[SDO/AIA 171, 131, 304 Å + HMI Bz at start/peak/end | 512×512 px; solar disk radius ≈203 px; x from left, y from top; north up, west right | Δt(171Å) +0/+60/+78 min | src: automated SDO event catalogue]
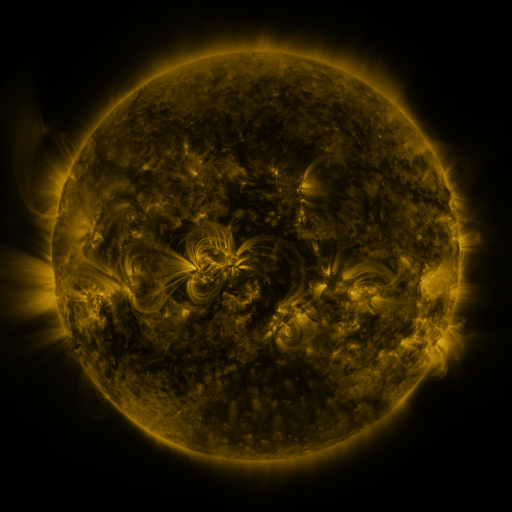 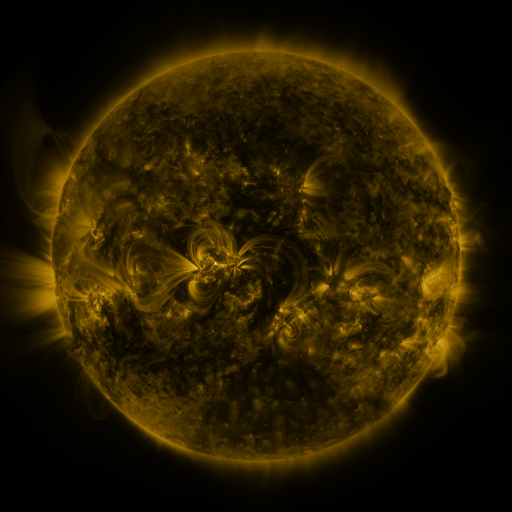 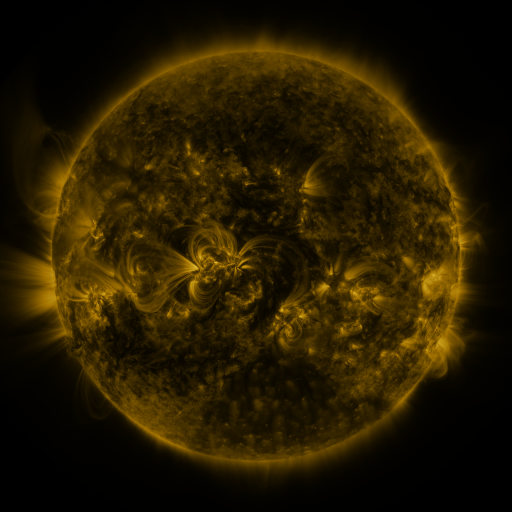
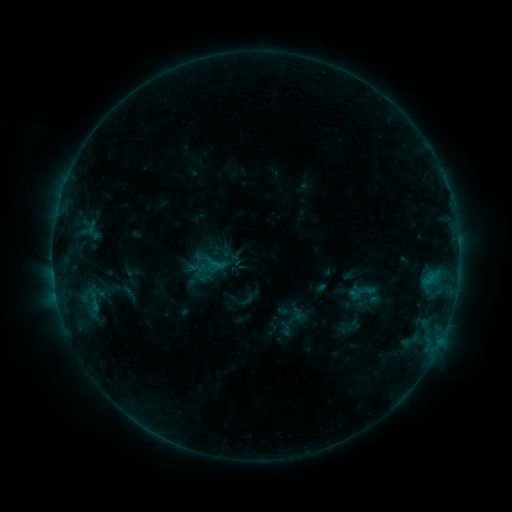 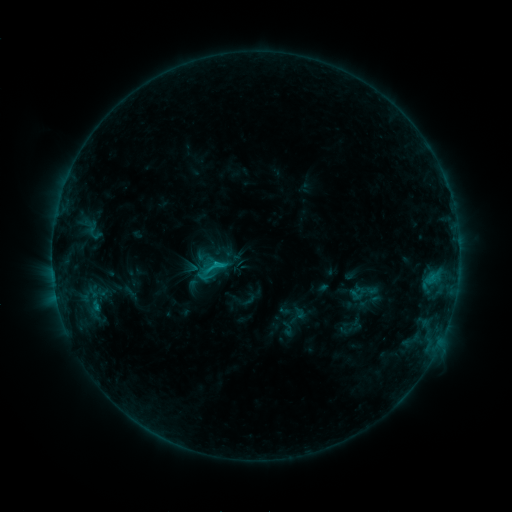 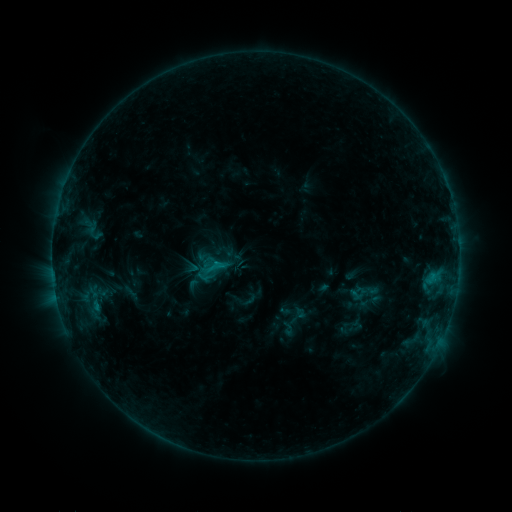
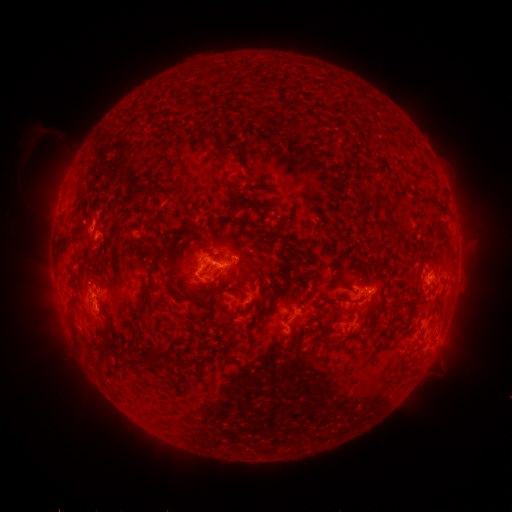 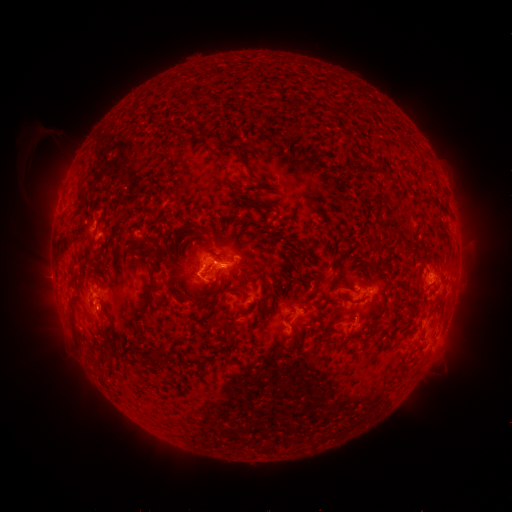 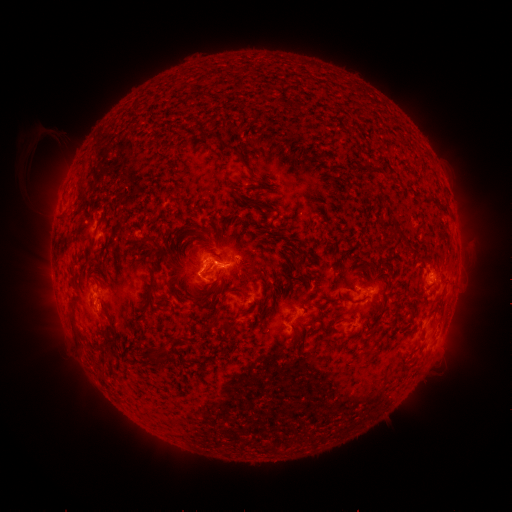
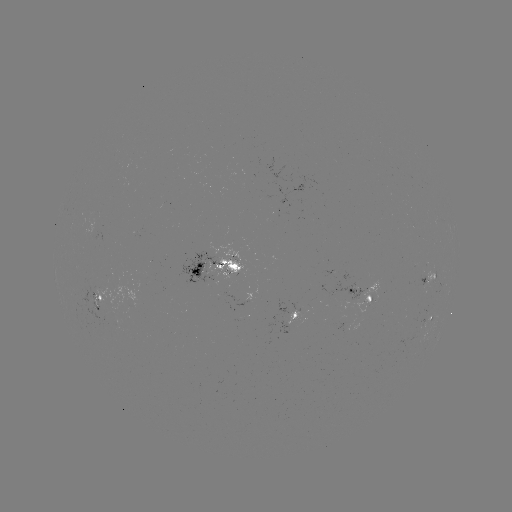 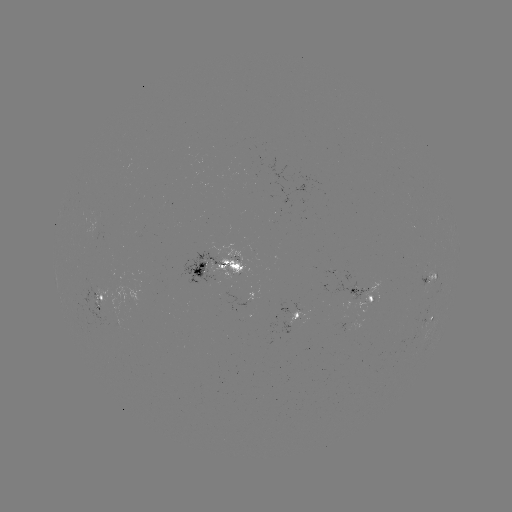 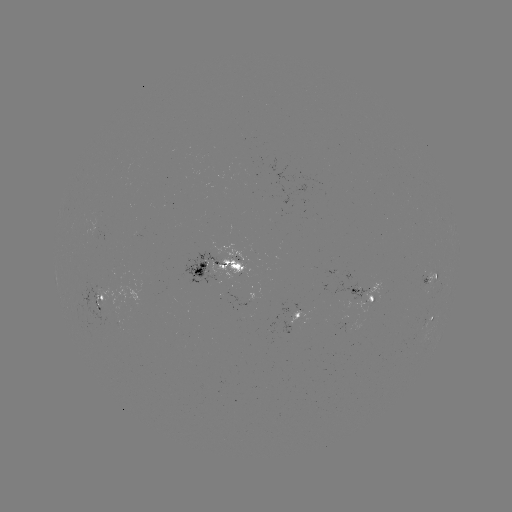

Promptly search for C1.3 flare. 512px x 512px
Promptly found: [217, 262].